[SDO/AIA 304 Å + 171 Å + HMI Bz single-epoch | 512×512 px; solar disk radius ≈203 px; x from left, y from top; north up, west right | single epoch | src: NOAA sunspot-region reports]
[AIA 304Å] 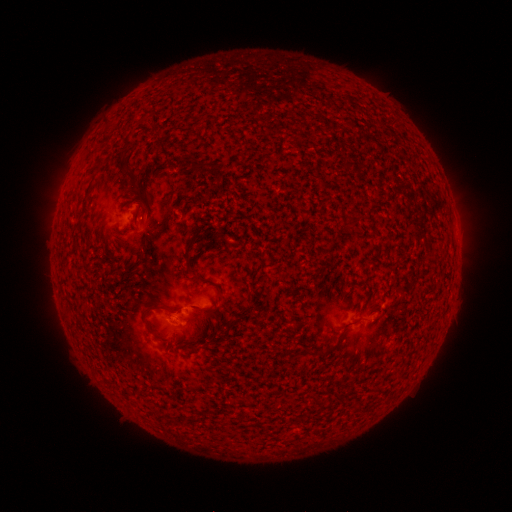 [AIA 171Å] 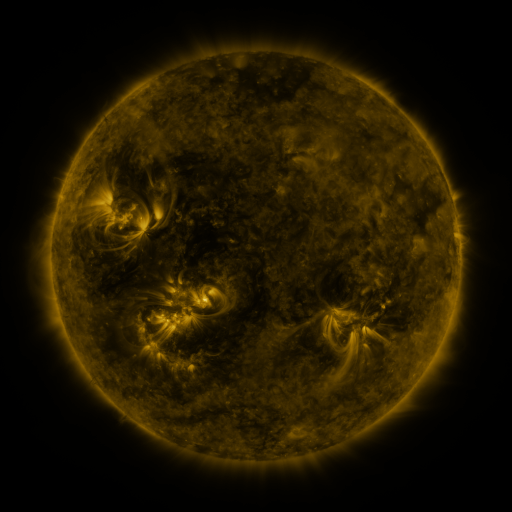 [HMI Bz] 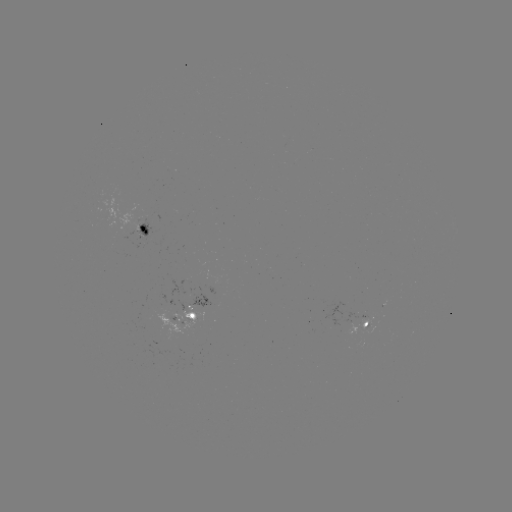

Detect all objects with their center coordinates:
spotted active region: (169, 228)
spotted active region: (183, 309)
spotted active region: (369, 324)
